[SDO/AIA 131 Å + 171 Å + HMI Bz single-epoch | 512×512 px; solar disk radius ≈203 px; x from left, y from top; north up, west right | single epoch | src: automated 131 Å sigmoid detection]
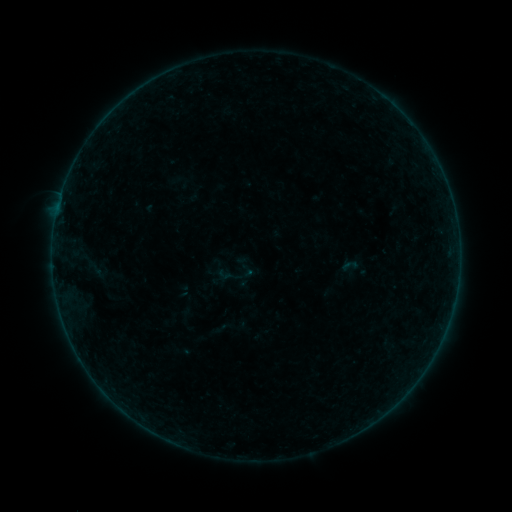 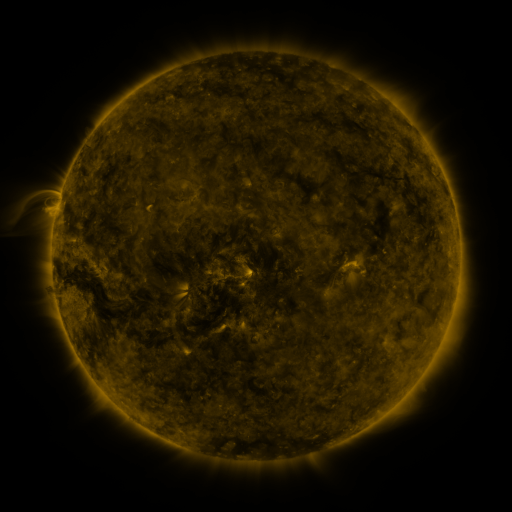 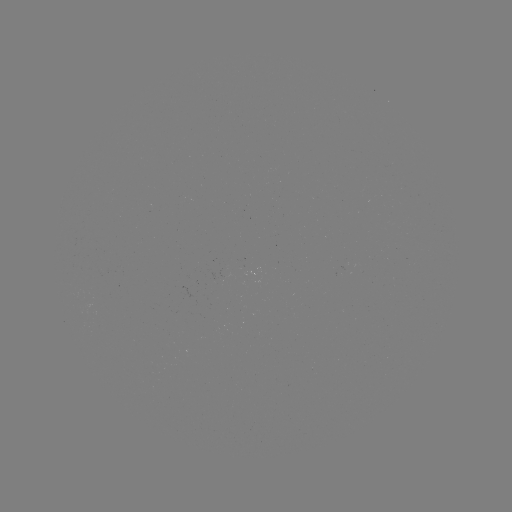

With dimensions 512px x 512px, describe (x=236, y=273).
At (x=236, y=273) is sigmoid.